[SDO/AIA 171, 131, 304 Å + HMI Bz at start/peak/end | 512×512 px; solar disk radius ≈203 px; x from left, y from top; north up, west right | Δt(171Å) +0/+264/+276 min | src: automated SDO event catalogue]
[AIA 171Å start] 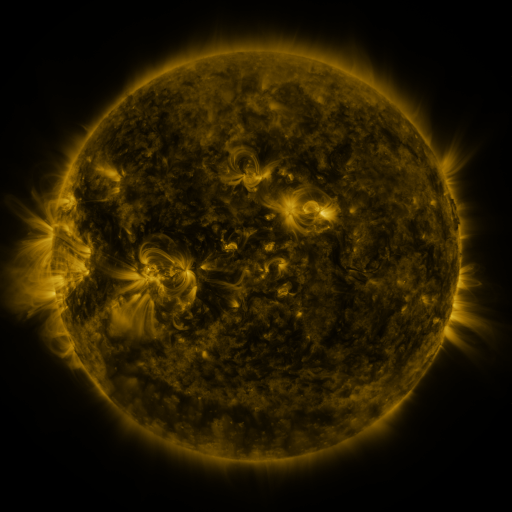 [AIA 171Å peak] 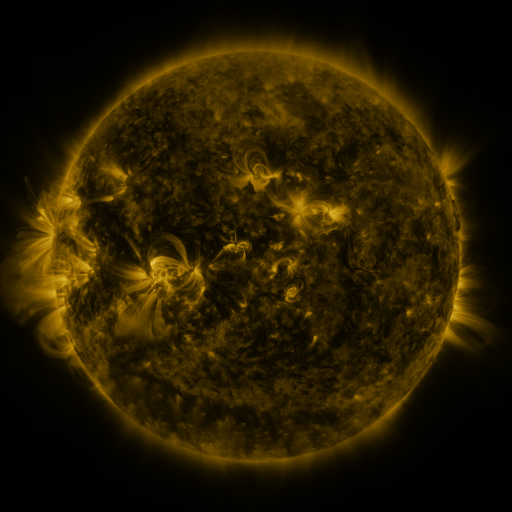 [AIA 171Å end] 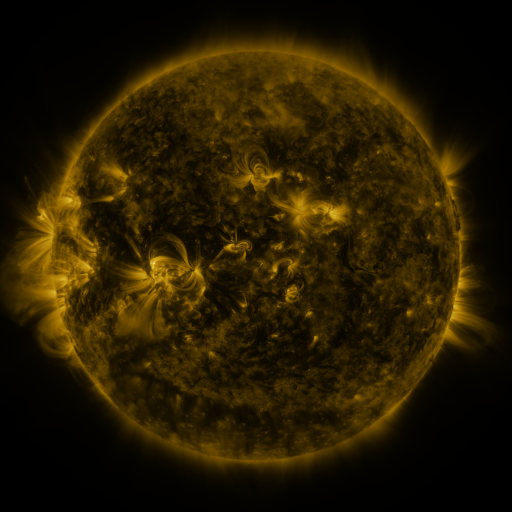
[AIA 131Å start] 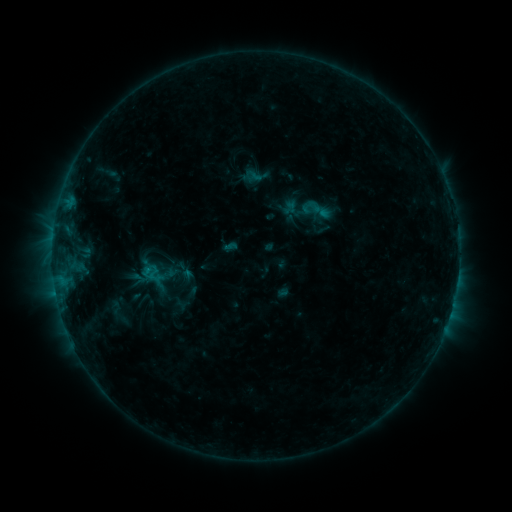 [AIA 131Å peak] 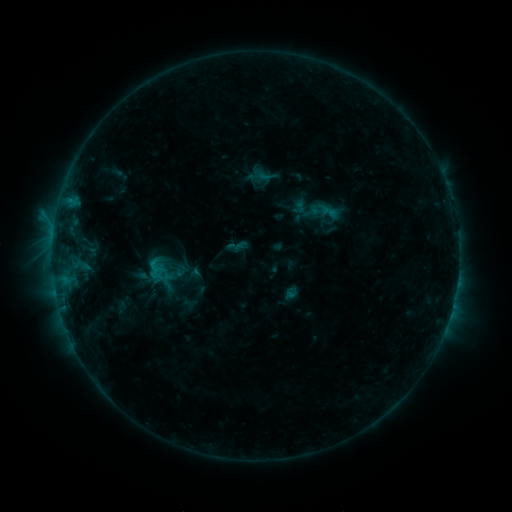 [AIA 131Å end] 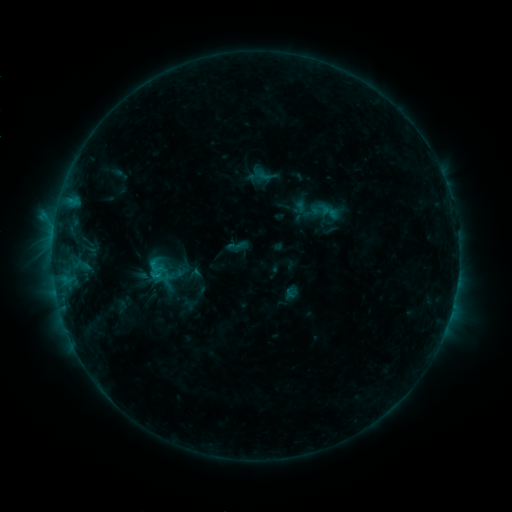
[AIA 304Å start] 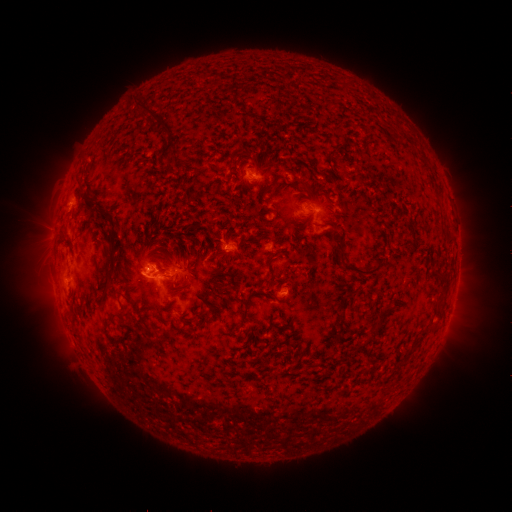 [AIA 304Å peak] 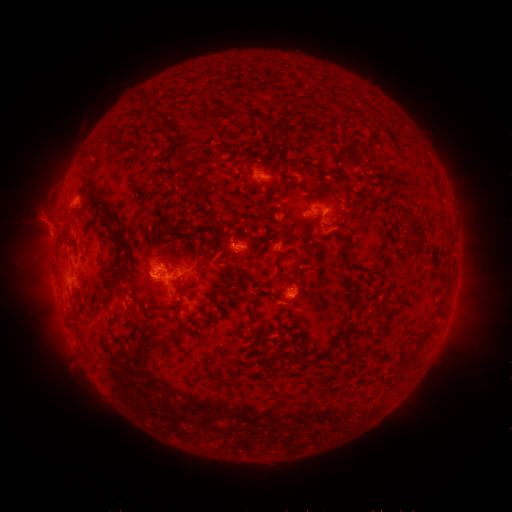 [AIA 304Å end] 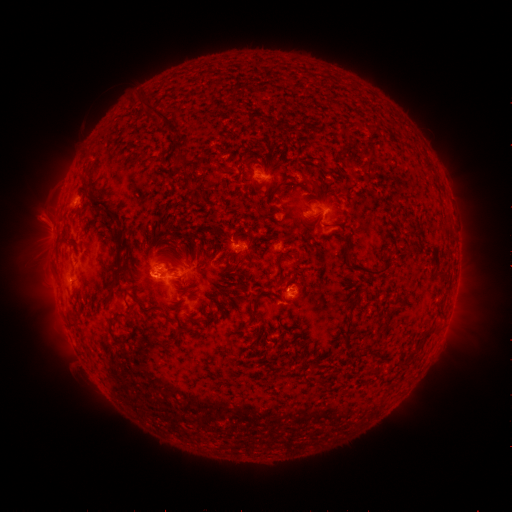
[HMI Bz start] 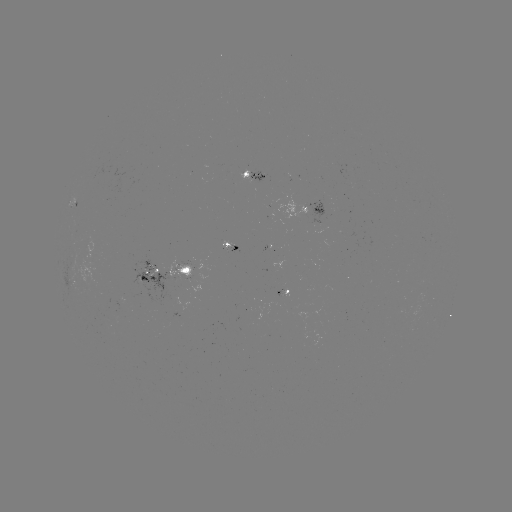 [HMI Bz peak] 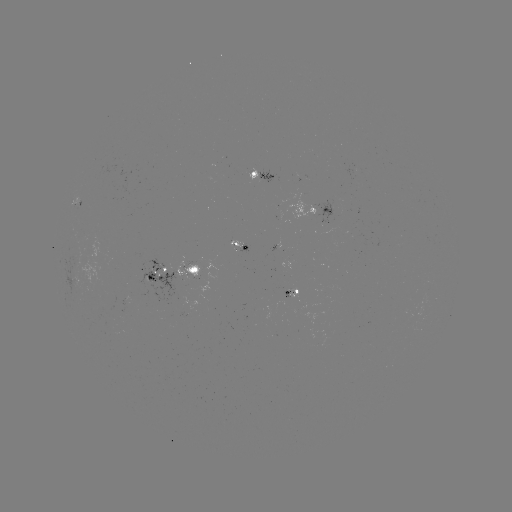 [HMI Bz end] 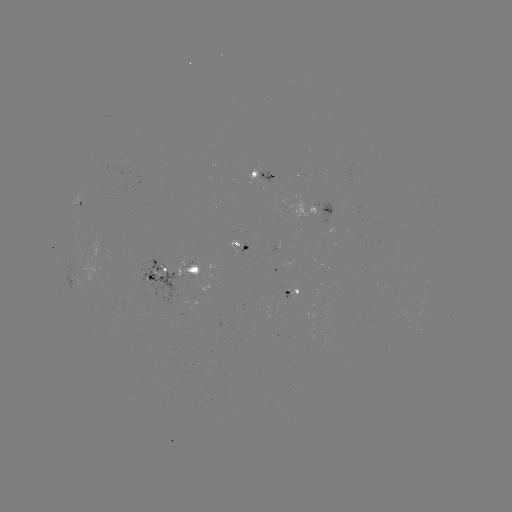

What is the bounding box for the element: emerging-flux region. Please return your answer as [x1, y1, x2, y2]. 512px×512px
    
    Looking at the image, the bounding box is [175, 258, 200, 282].